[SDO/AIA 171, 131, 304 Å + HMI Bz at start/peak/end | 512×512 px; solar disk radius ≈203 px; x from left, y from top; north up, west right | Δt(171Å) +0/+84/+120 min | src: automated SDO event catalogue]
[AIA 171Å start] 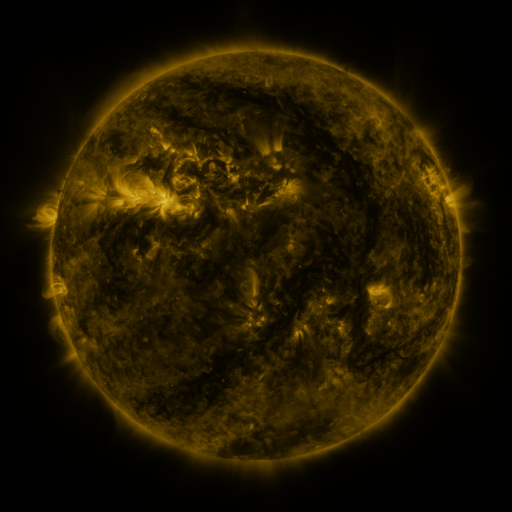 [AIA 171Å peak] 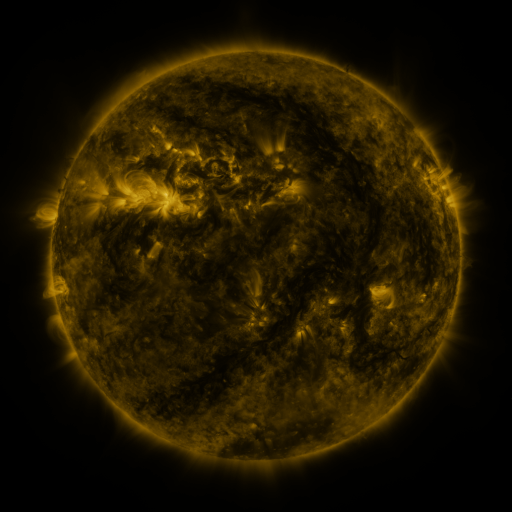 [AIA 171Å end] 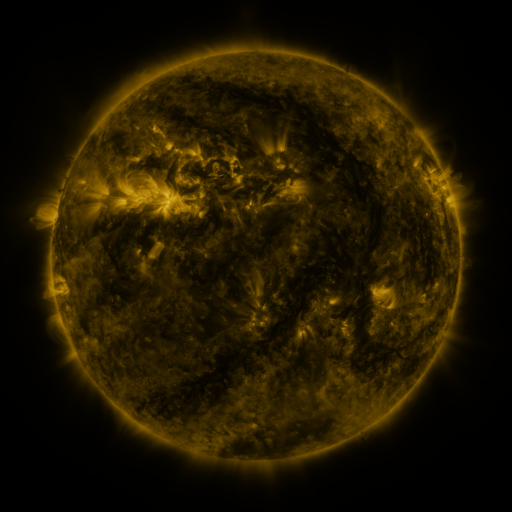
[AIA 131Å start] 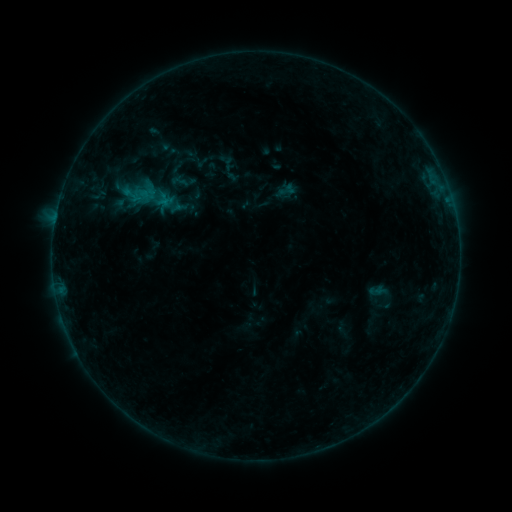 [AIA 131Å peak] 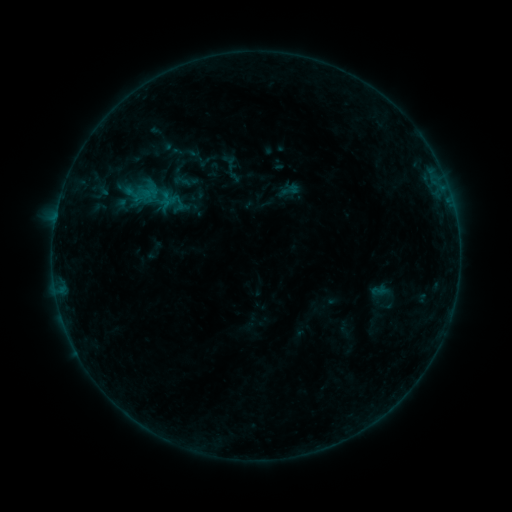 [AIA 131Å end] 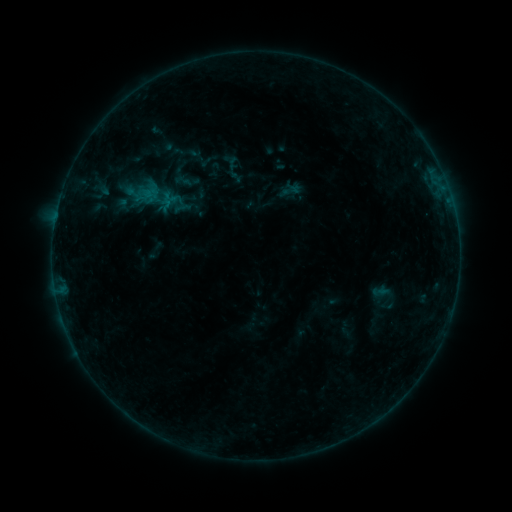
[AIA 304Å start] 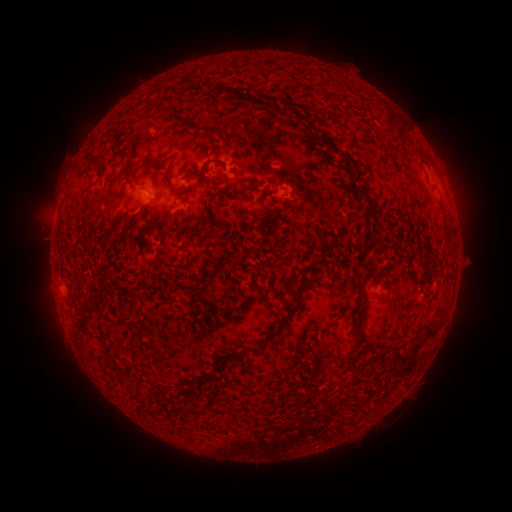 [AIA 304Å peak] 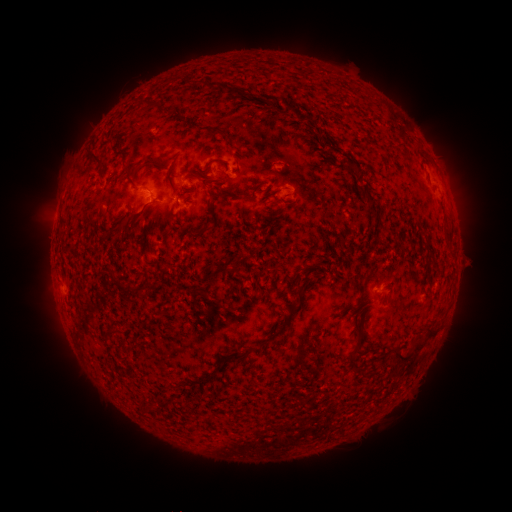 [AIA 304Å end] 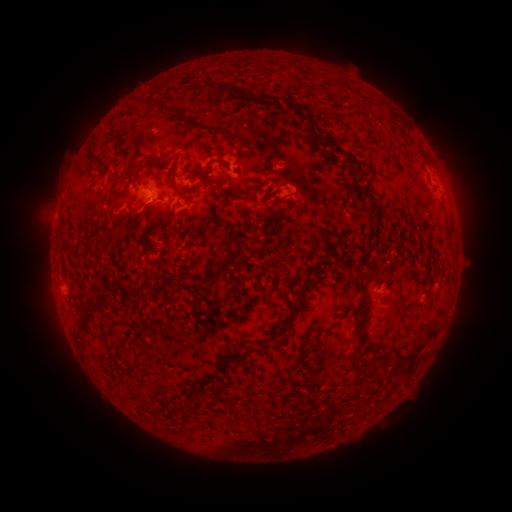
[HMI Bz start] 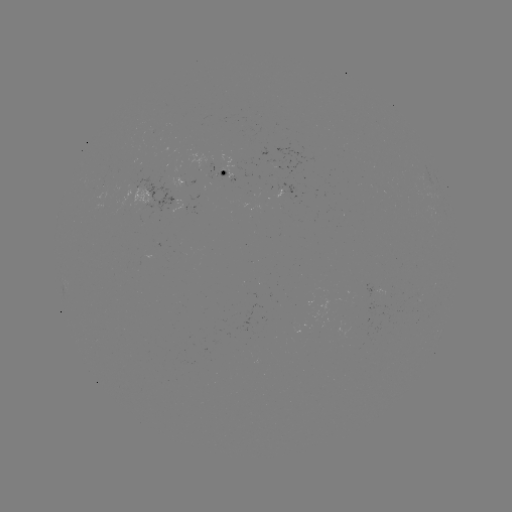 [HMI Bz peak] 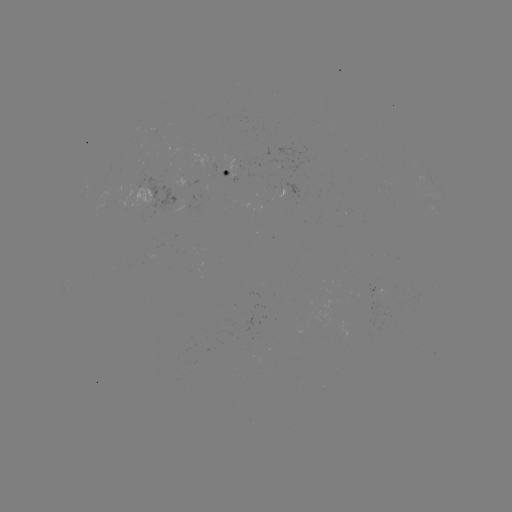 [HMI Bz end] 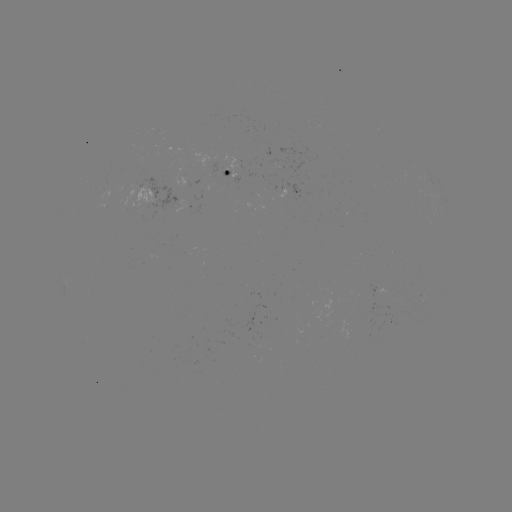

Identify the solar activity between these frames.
emerging-flux region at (142, 164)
